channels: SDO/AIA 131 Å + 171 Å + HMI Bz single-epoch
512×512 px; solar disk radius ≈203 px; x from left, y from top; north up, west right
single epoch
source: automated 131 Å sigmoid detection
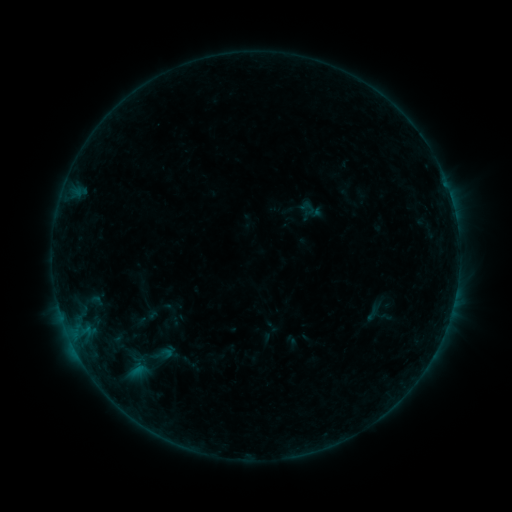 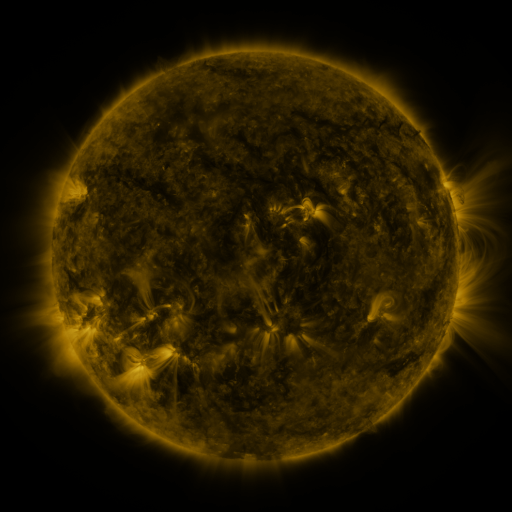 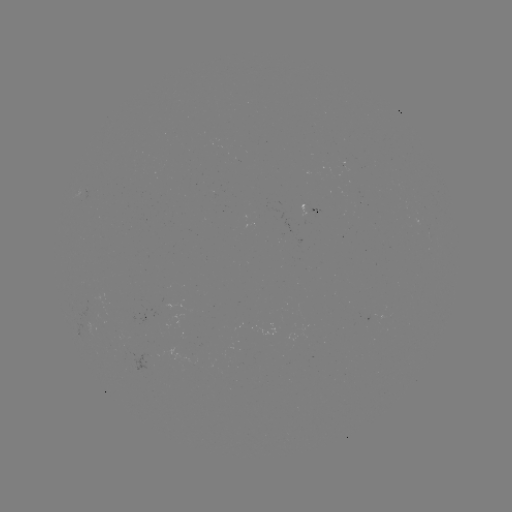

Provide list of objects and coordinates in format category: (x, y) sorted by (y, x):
sigmoid: (375, 316)
